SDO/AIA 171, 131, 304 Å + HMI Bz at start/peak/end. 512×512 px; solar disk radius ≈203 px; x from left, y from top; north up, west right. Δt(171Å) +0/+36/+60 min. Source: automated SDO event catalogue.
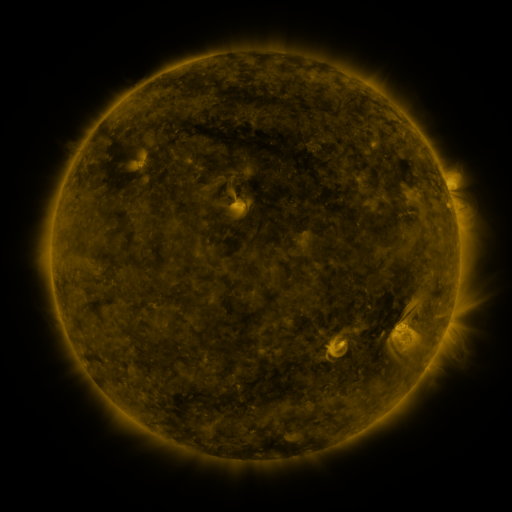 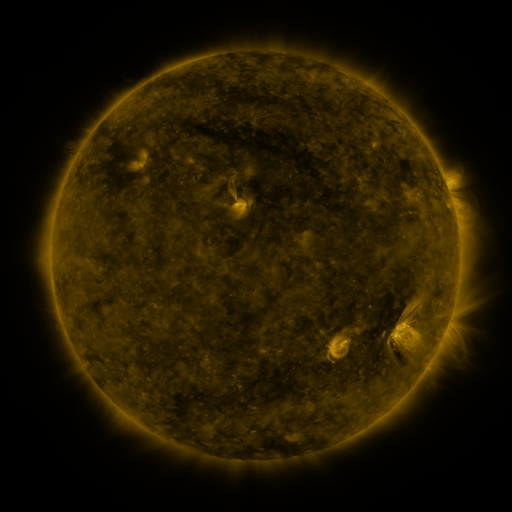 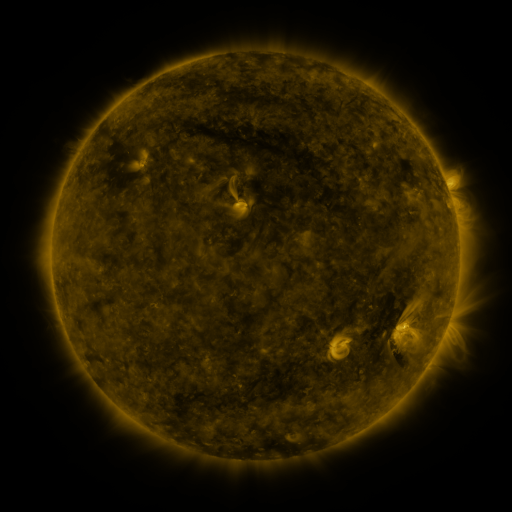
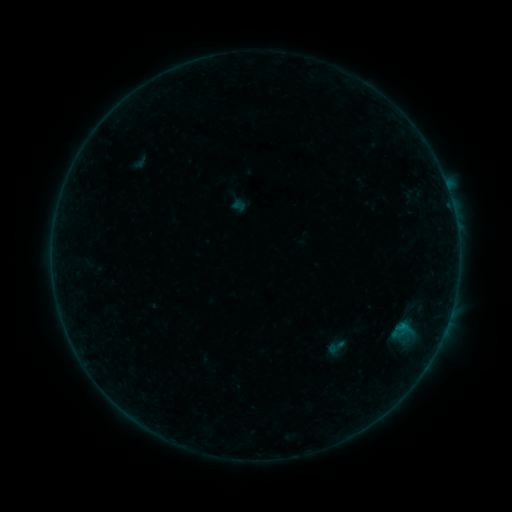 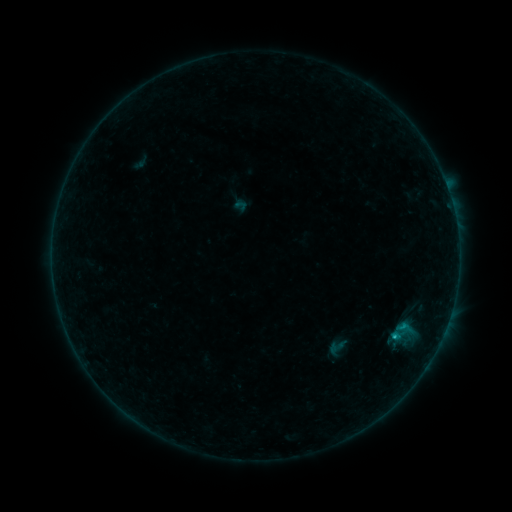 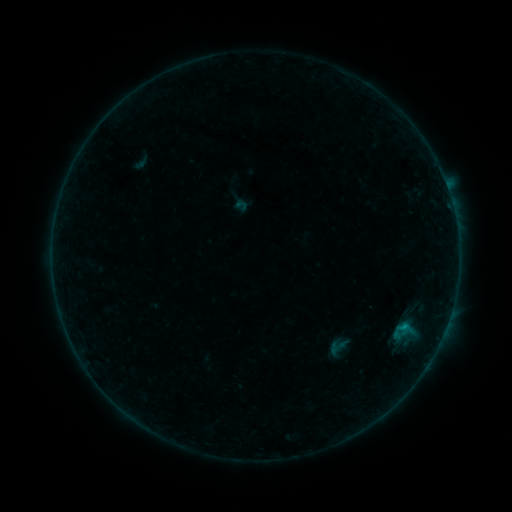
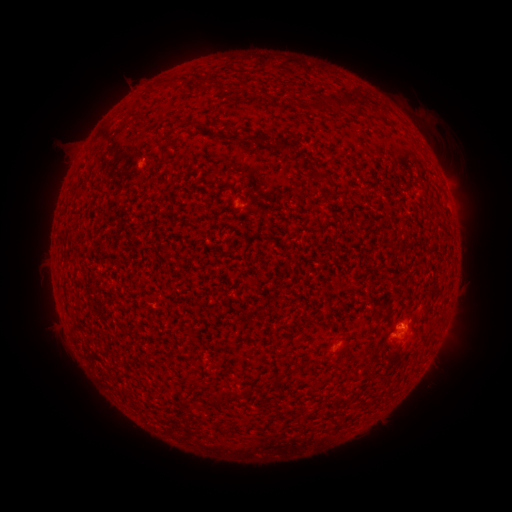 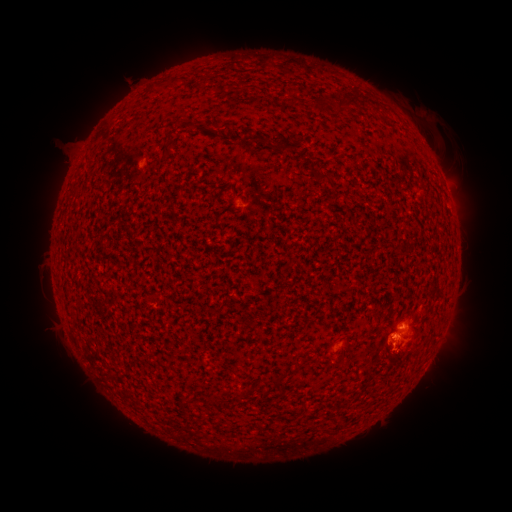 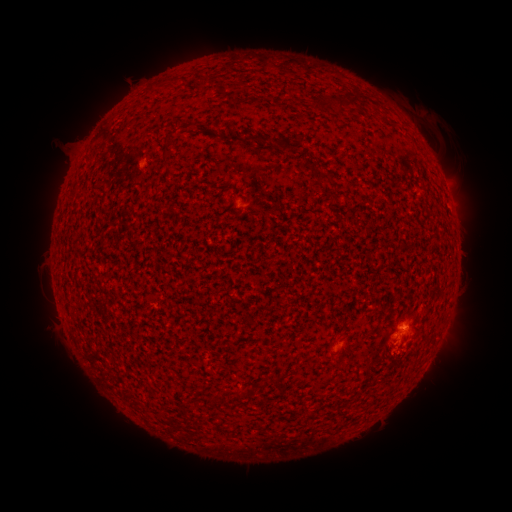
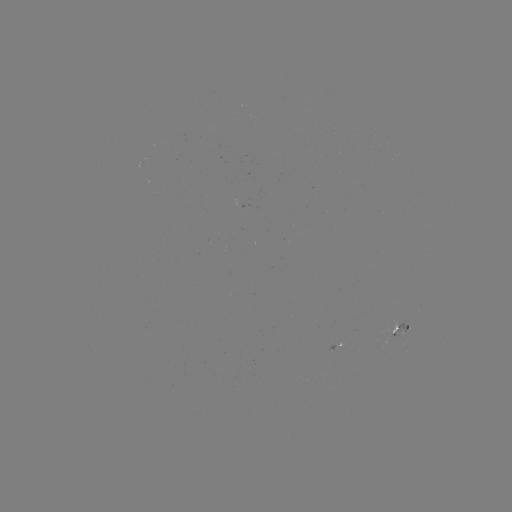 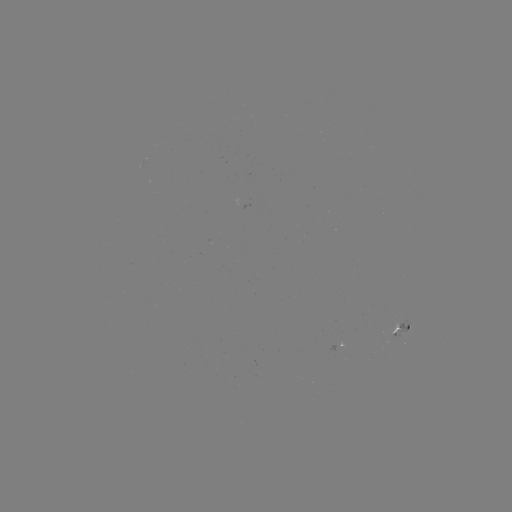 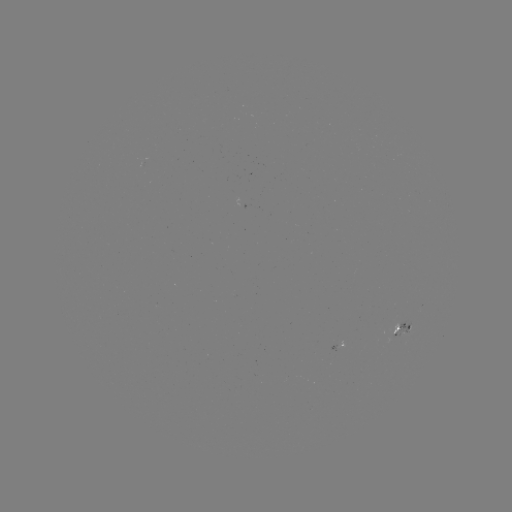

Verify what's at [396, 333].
B5.1 flare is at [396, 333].